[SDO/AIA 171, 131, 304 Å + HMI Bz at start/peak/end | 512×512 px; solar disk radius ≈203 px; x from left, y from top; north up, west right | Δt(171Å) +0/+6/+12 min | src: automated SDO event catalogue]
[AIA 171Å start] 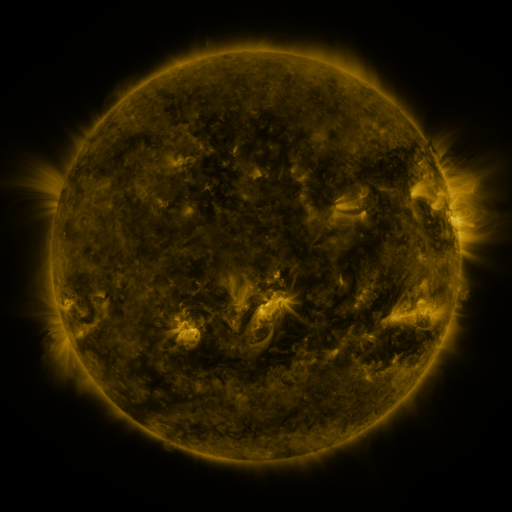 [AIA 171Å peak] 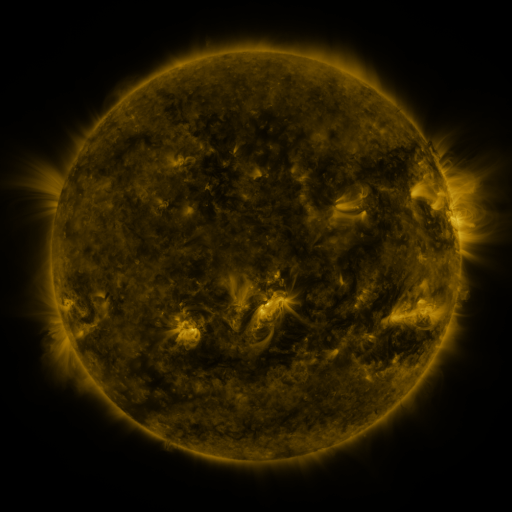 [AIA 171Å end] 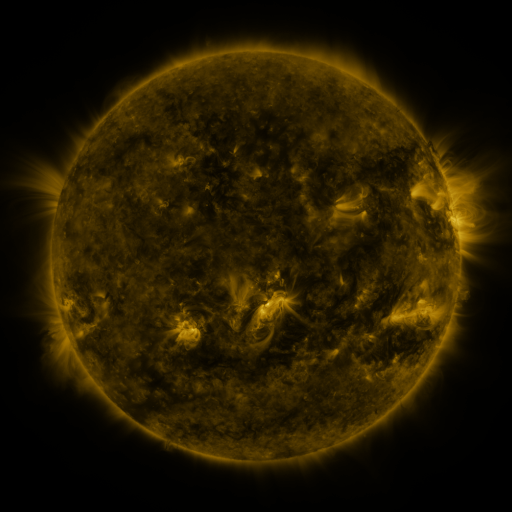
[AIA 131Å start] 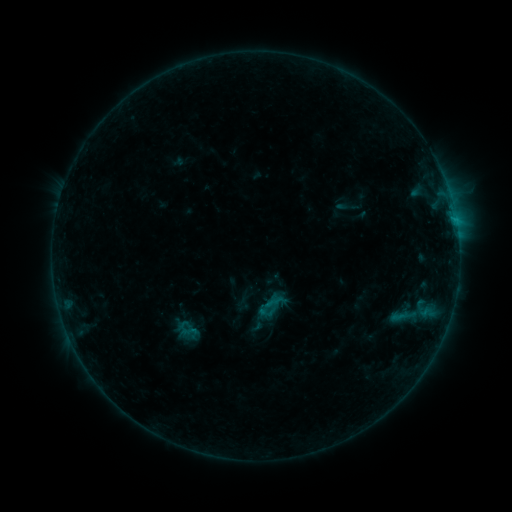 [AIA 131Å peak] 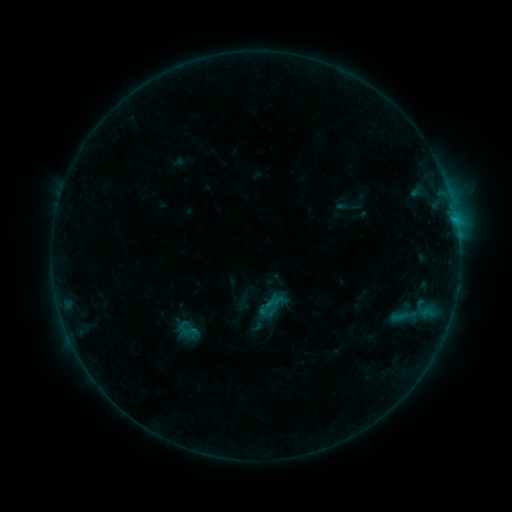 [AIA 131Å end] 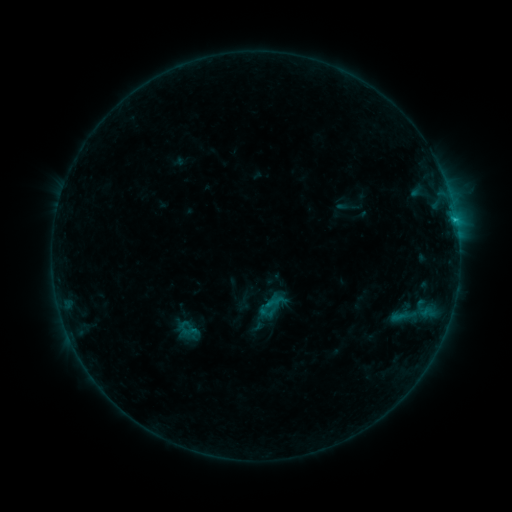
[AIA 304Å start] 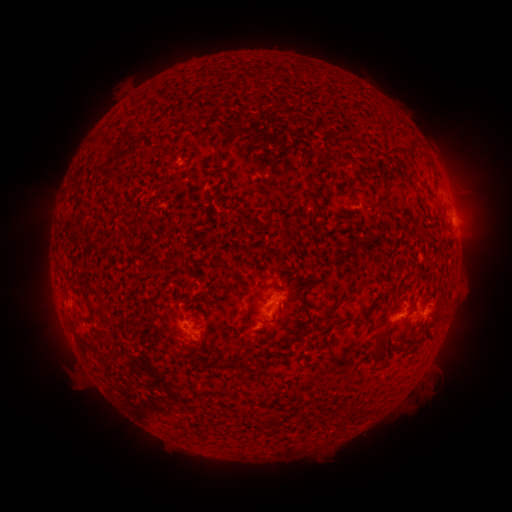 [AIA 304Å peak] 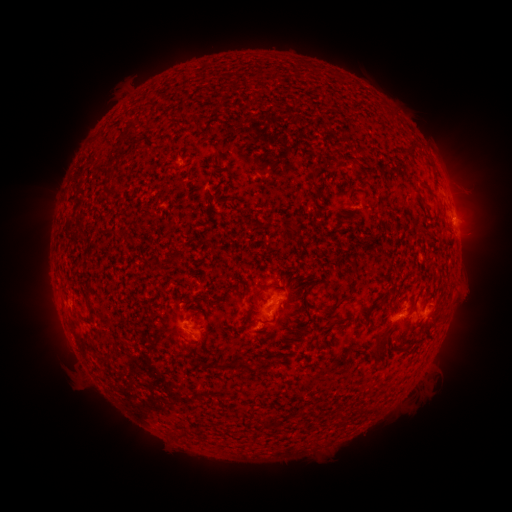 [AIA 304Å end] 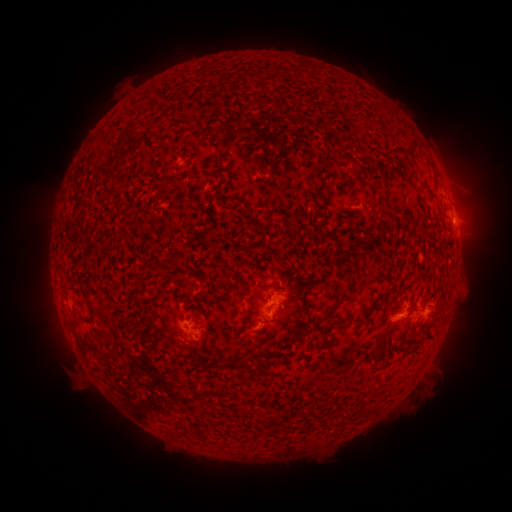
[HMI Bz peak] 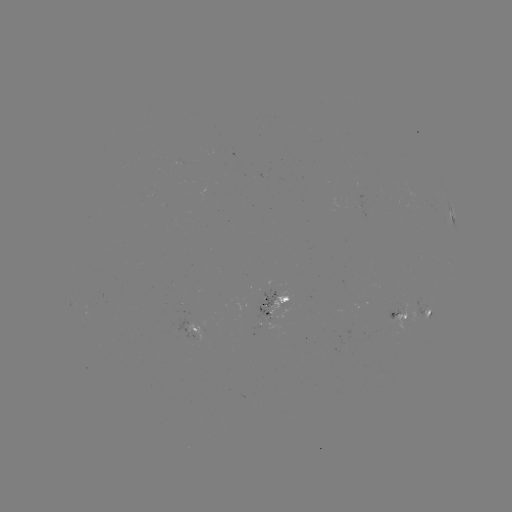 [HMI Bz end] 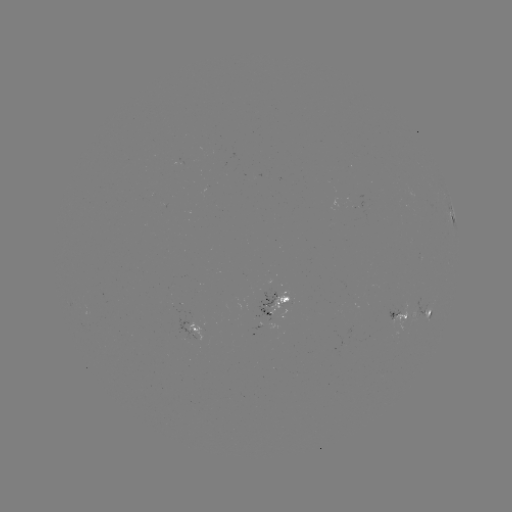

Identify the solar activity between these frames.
B6.6 flare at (453, 221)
